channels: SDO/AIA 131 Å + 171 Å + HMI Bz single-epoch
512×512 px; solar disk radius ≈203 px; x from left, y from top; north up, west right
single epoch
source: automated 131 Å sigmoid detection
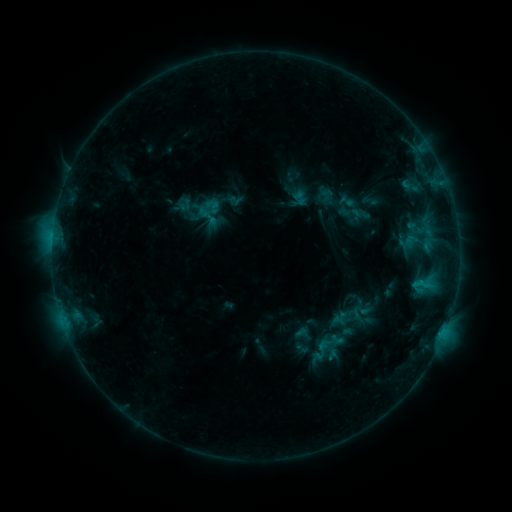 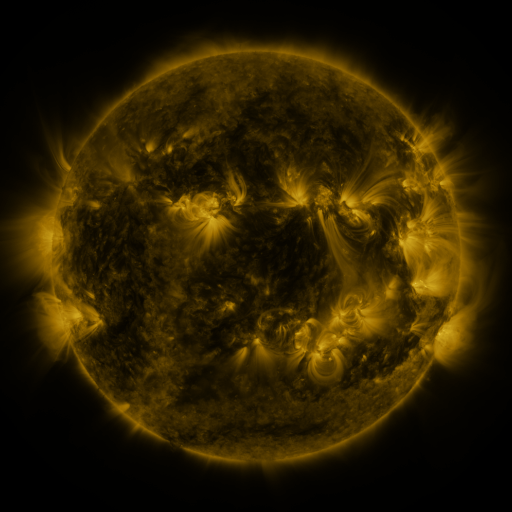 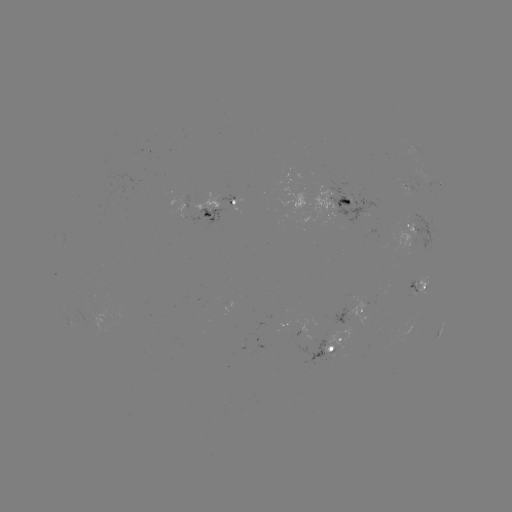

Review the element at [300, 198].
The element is sigmoid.